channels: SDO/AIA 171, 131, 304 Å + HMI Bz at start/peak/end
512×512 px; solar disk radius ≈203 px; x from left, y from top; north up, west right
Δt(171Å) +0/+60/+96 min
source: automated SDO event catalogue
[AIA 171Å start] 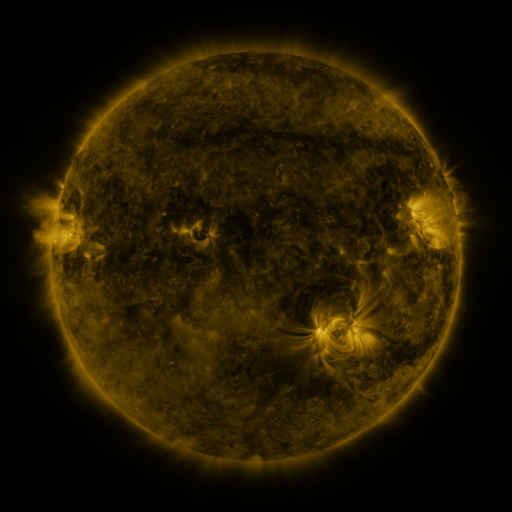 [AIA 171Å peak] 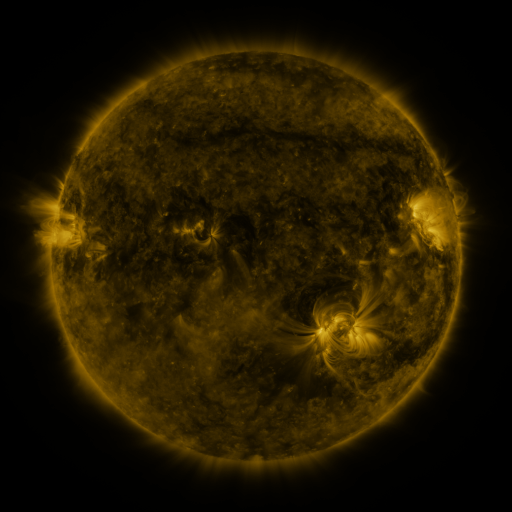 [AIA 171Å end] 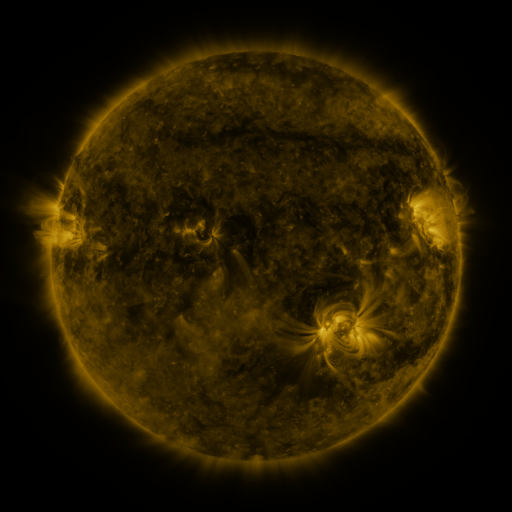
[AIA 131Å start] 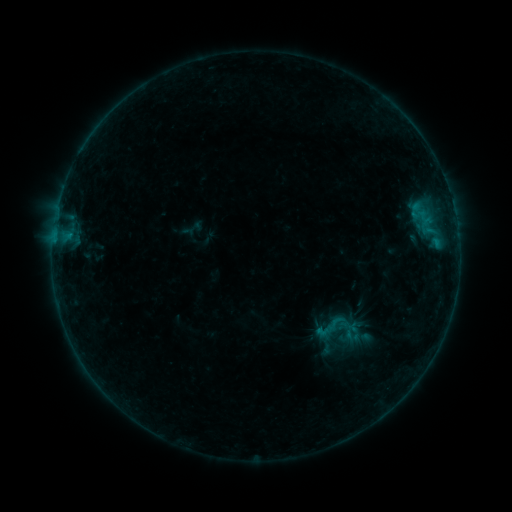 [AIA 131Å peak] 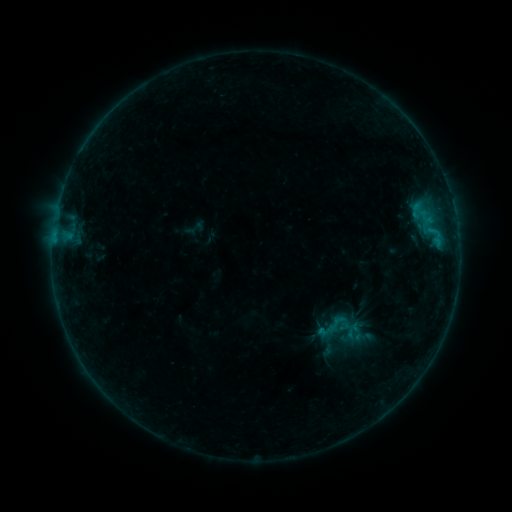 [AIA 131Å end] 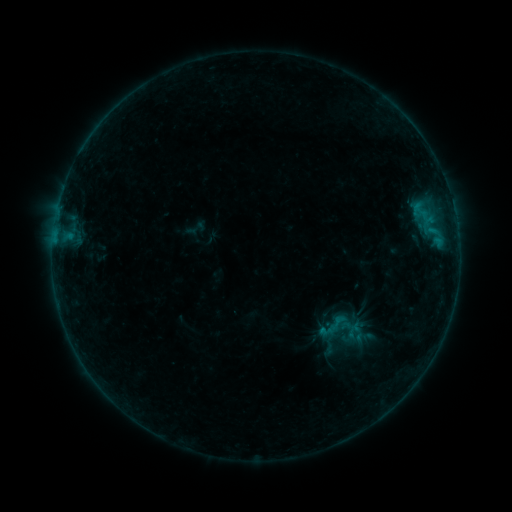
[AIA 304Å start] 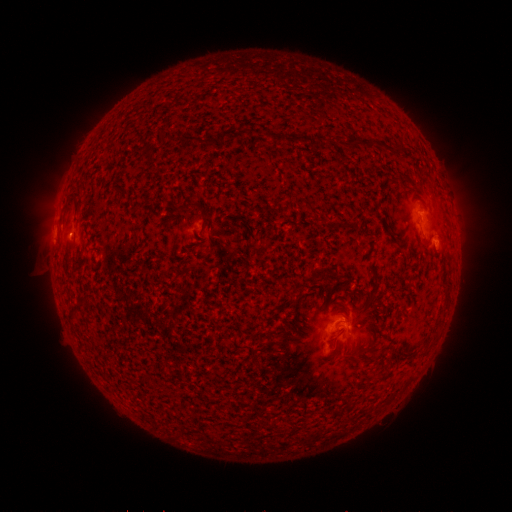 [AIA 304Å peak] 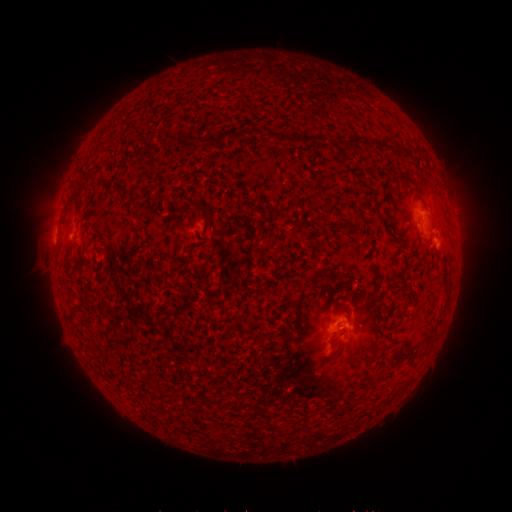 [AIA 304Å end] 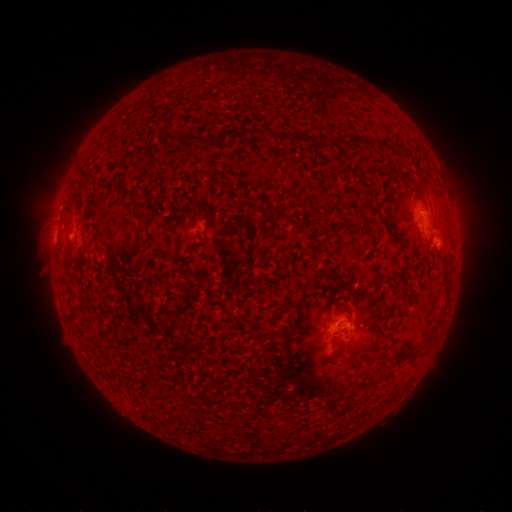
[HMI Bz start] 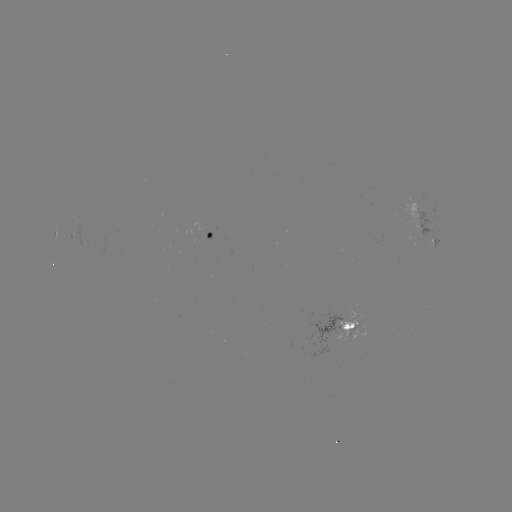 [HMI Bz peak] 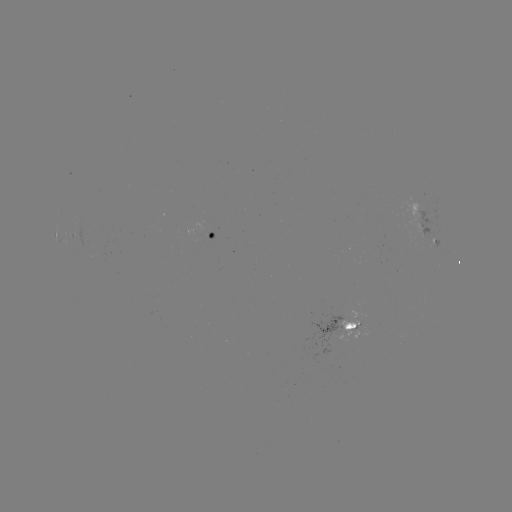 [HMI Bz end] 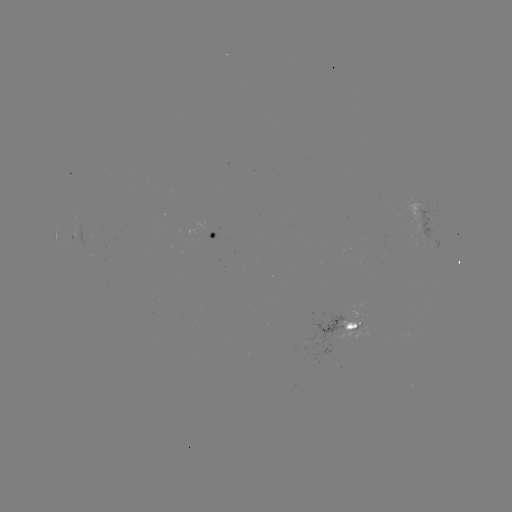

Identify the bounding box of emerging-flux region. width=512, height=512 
[206, 228, 215, 241].